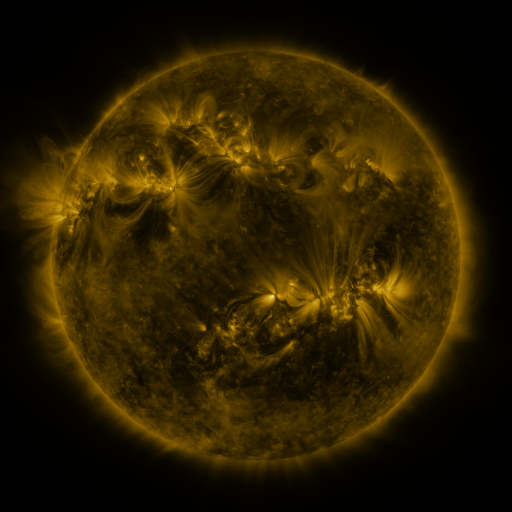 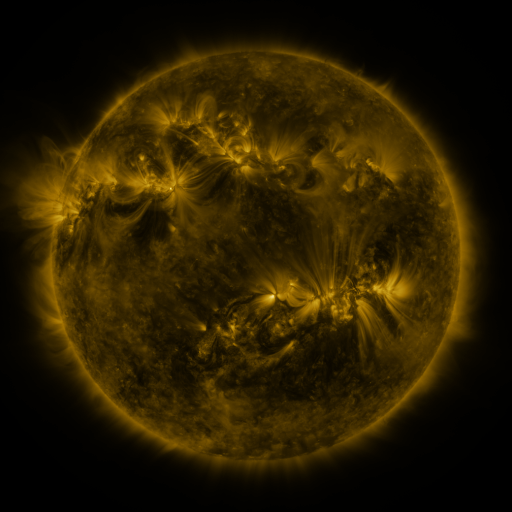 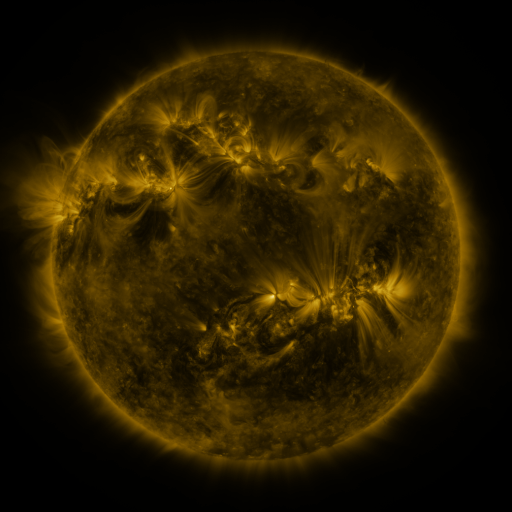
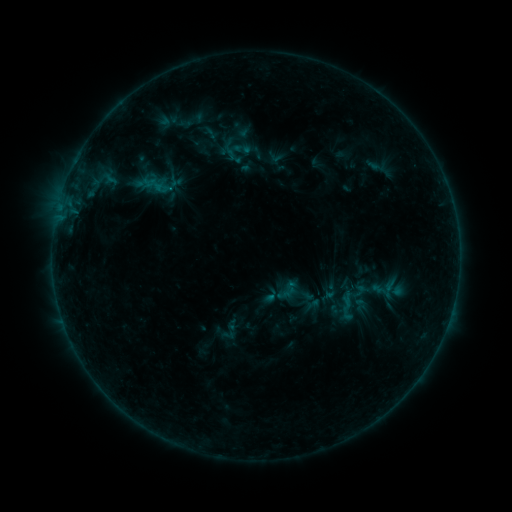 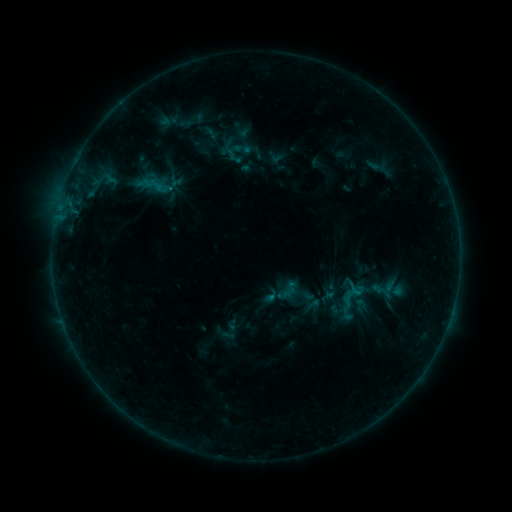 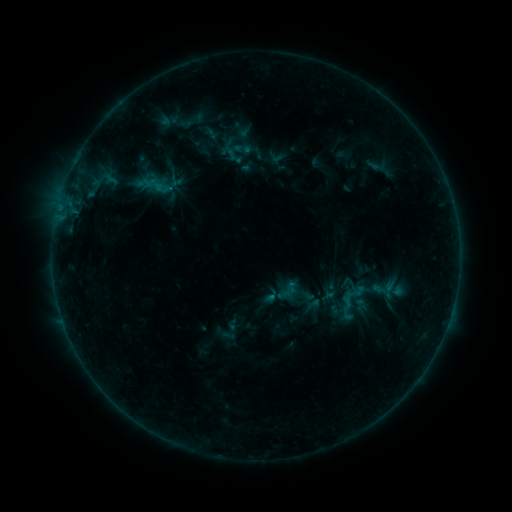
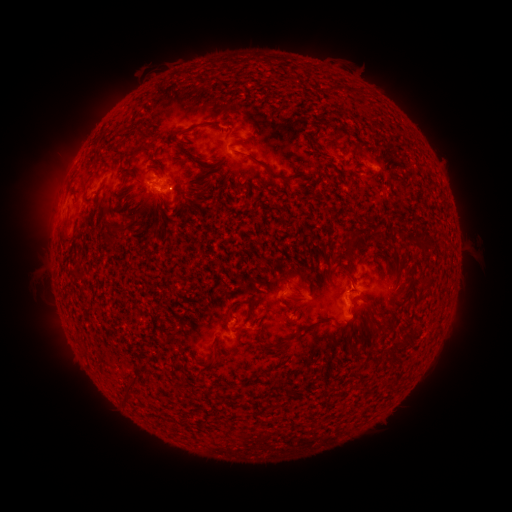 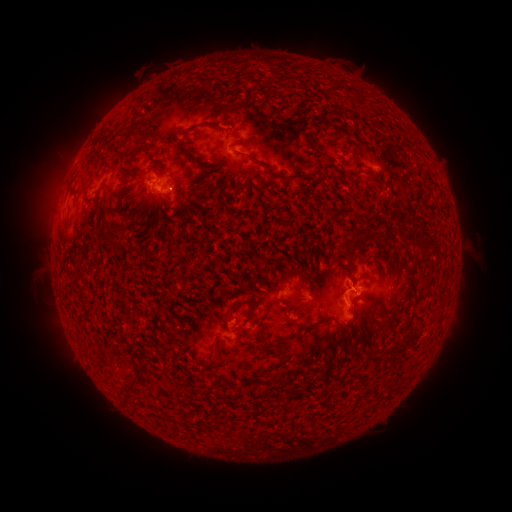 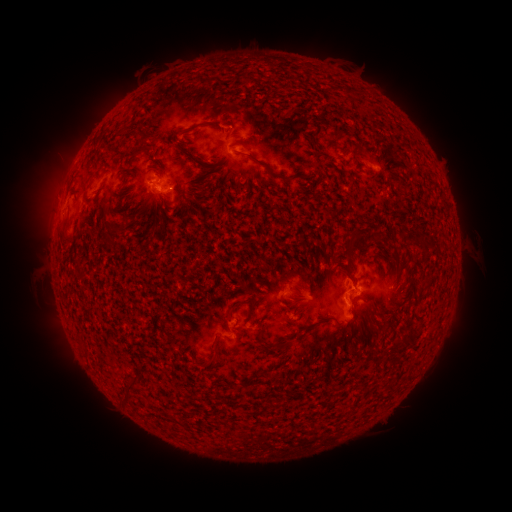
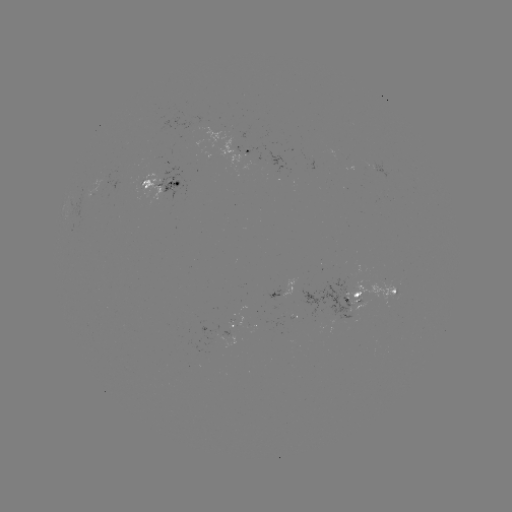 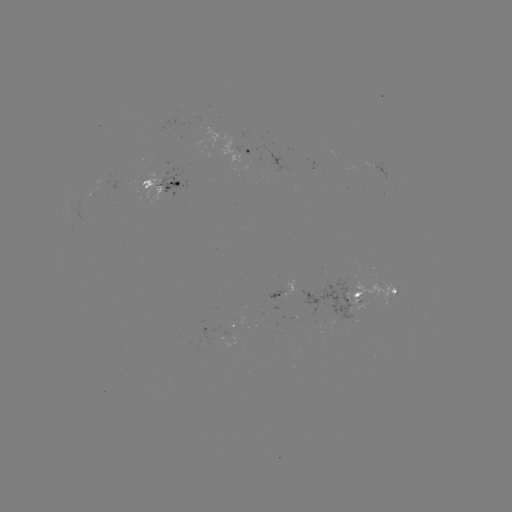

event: flare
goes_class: B5.0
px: (356, 292)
